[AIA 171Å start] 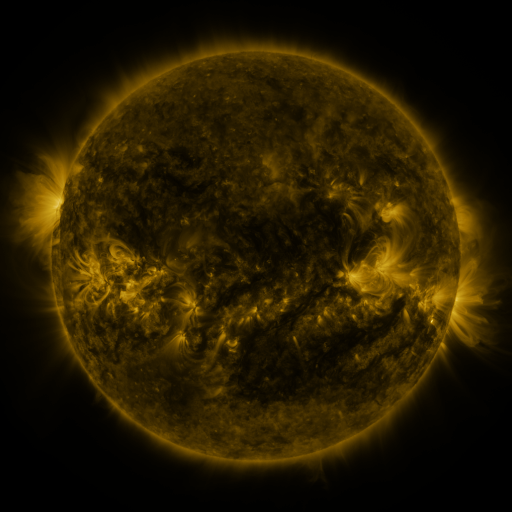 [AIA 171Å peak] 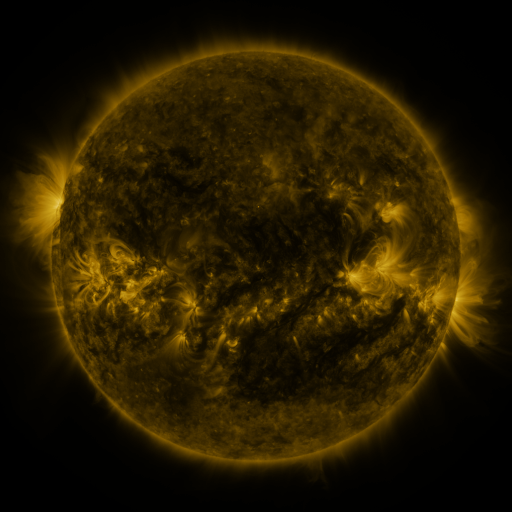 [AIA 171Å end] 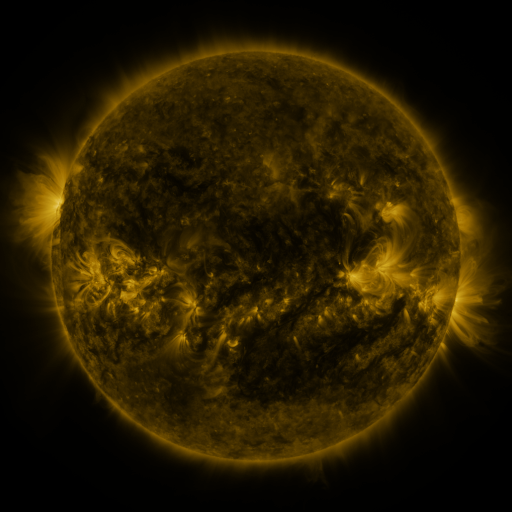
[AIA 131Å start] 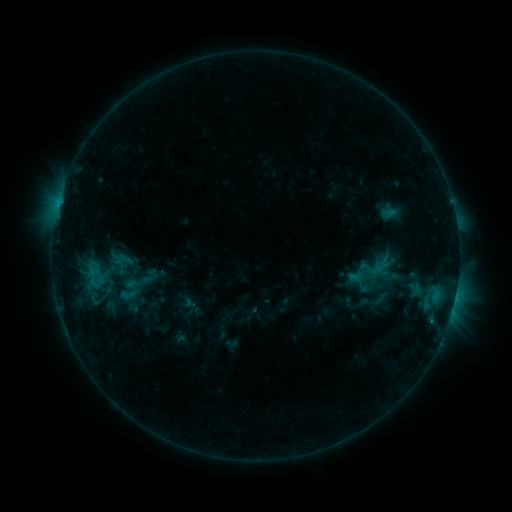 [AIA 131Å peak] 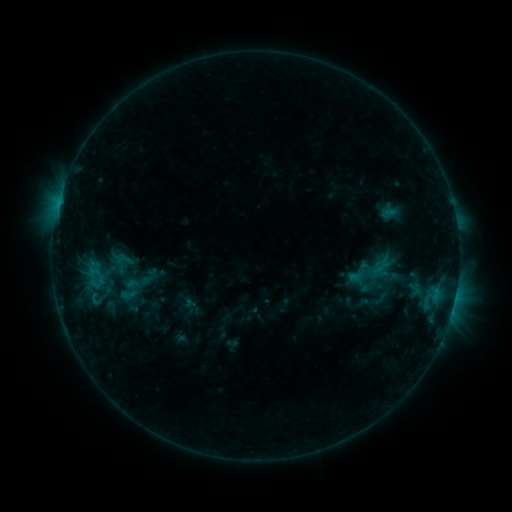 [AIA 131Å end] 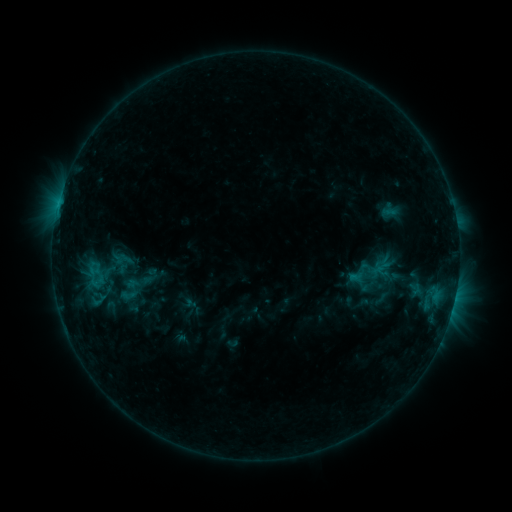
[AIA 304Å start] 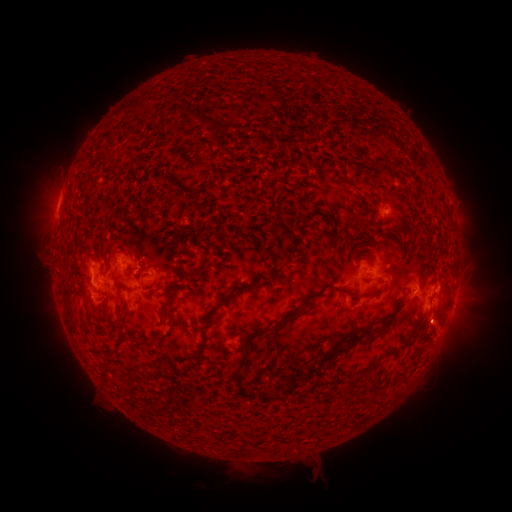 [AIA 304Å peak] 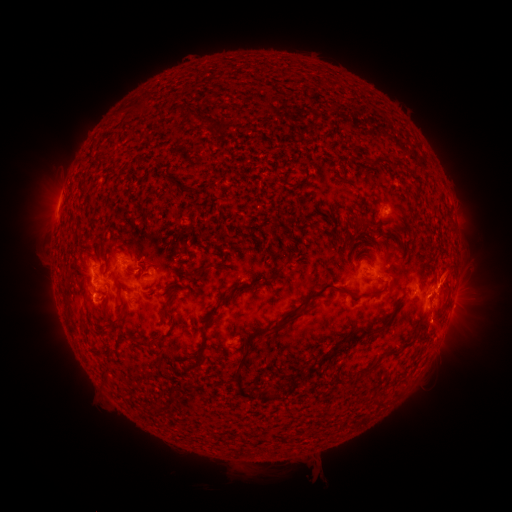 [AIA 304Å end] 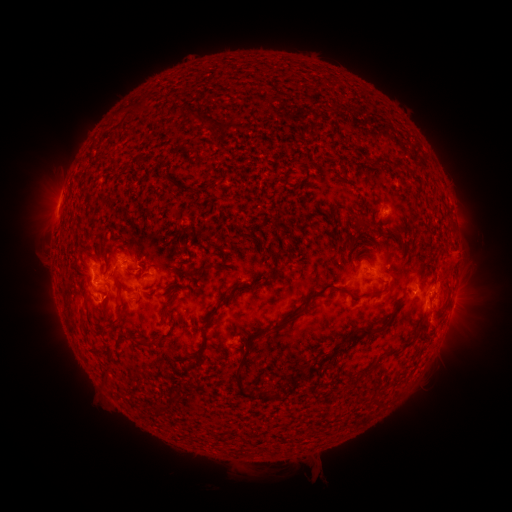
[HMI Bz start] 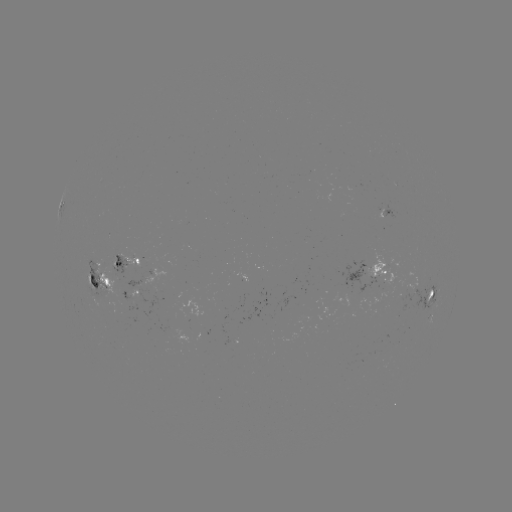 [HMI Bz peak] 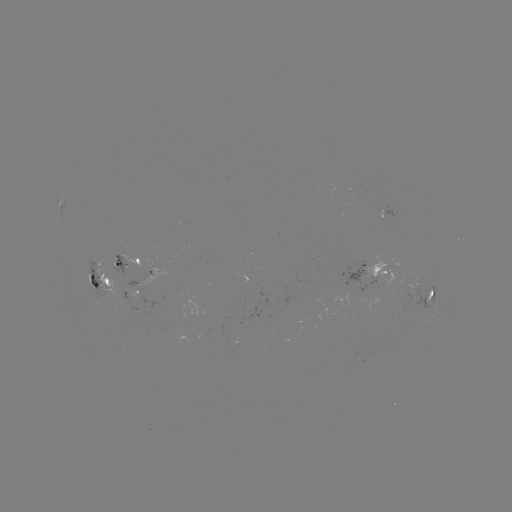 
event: eruption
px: (451, 271)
